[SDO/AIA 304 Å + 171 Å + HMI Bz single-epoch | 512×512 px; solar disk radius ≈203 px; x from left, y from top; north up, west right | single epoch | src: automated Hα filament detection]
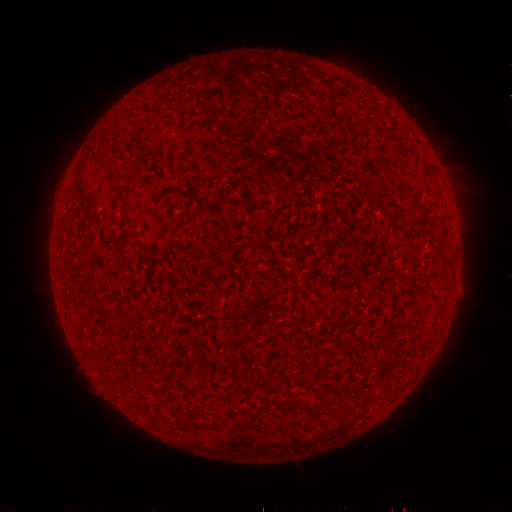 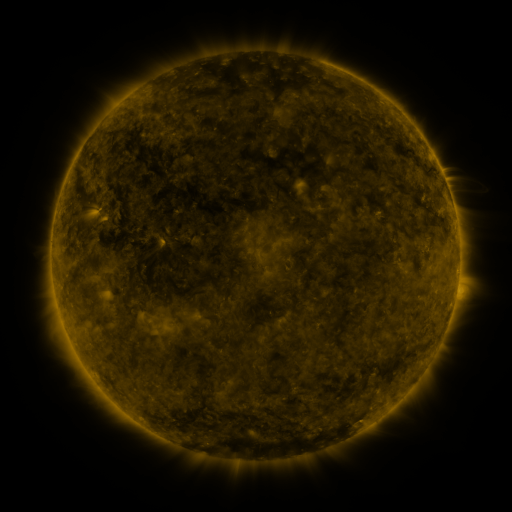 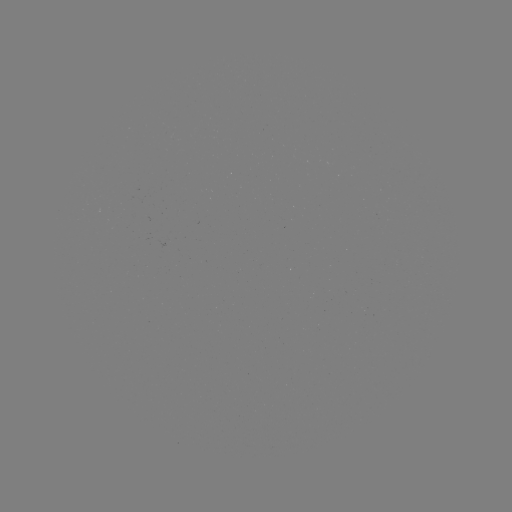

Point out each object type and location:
filament: (412, 153)
filament: (432, 172)
filament: (223, 204)
filament: (302, 403)
